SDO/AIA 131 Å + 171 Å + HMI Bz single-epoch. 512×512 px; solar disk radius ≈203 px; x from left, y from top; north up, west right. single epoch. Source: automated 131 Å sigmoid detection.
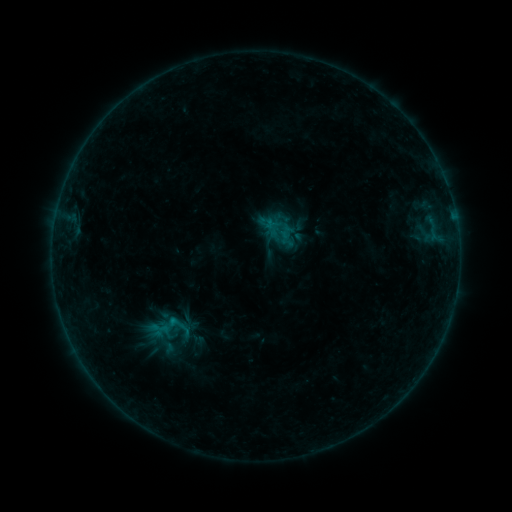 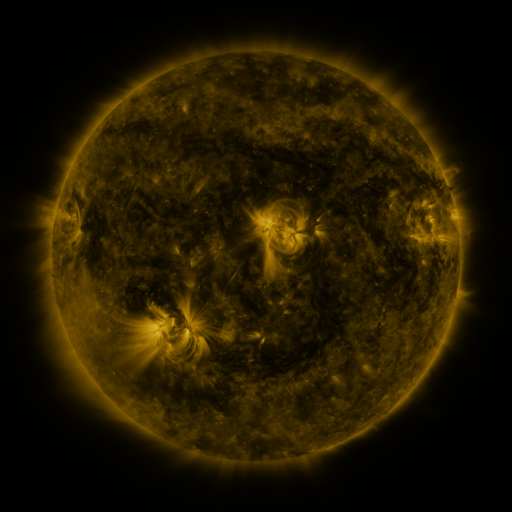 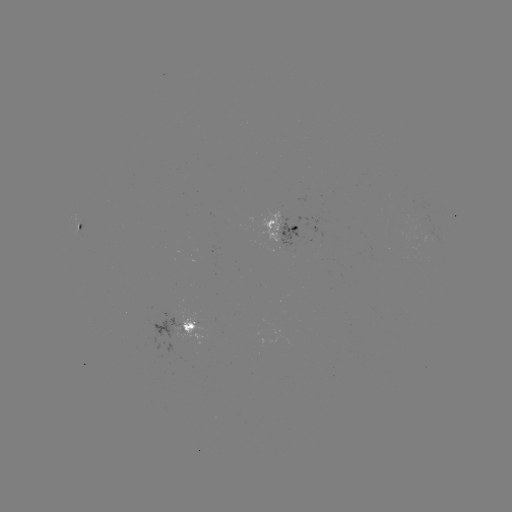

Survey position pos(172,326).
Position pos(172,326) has sigmoid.